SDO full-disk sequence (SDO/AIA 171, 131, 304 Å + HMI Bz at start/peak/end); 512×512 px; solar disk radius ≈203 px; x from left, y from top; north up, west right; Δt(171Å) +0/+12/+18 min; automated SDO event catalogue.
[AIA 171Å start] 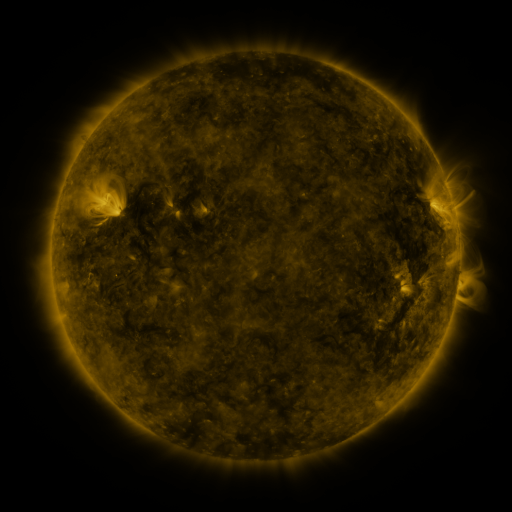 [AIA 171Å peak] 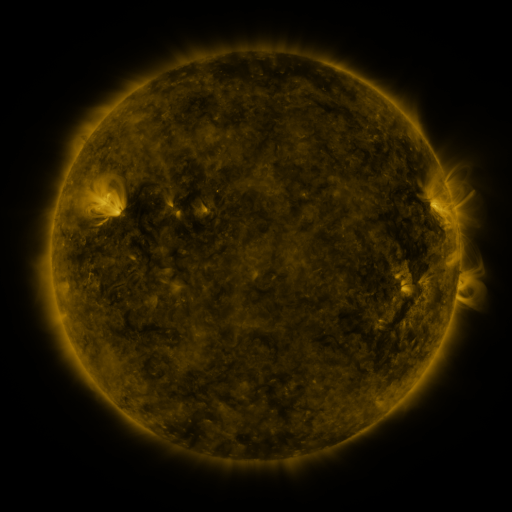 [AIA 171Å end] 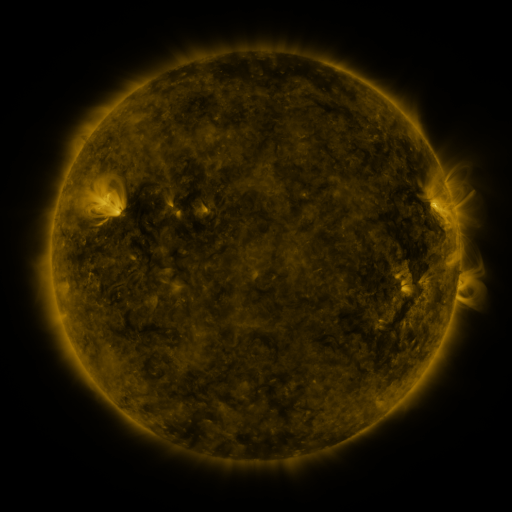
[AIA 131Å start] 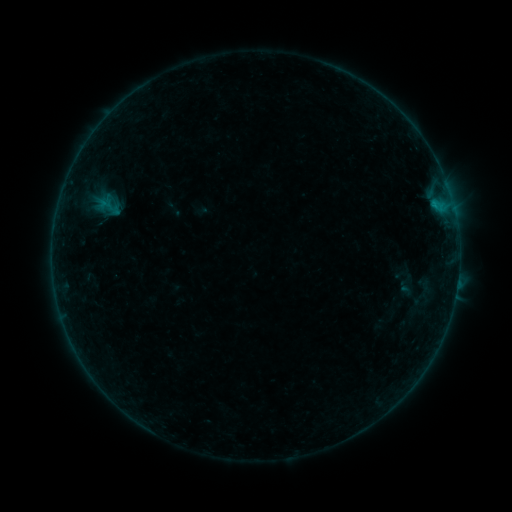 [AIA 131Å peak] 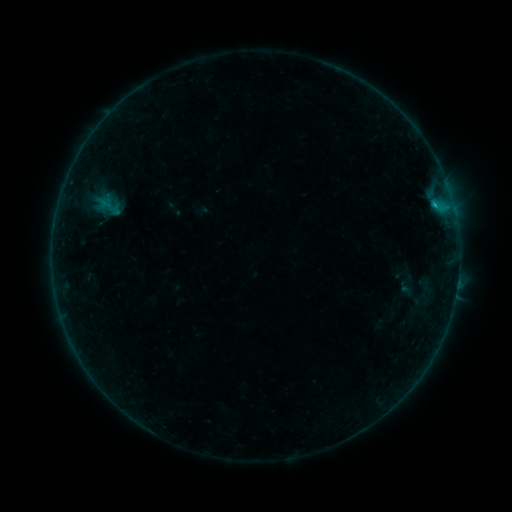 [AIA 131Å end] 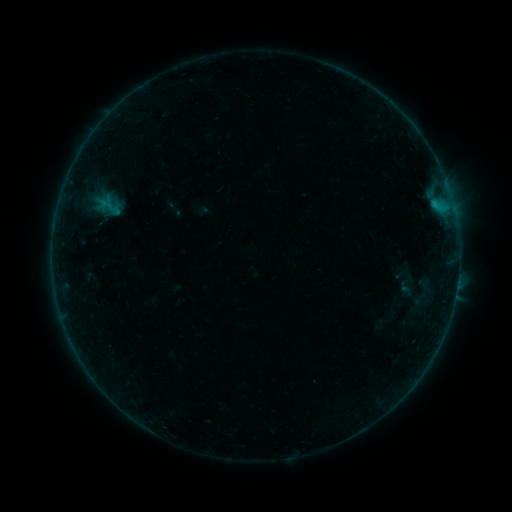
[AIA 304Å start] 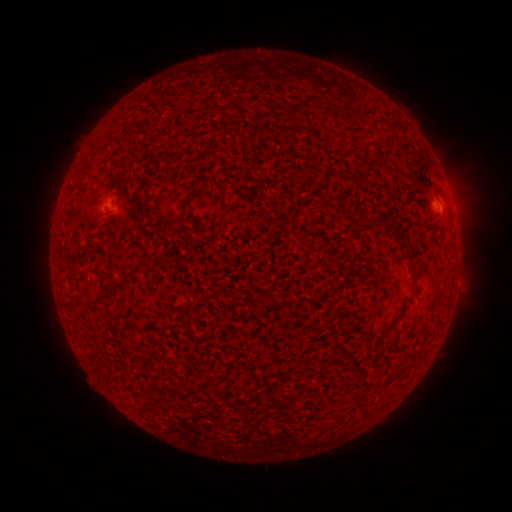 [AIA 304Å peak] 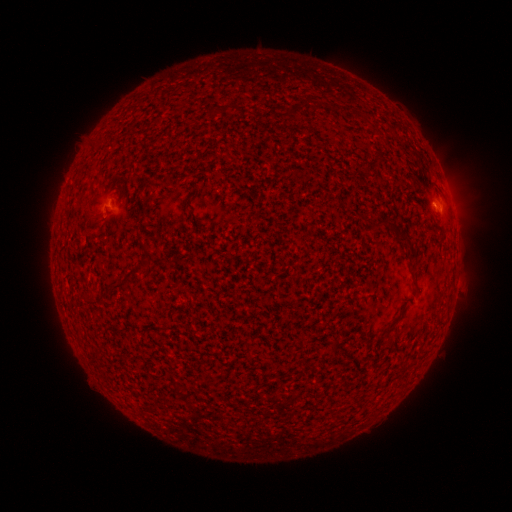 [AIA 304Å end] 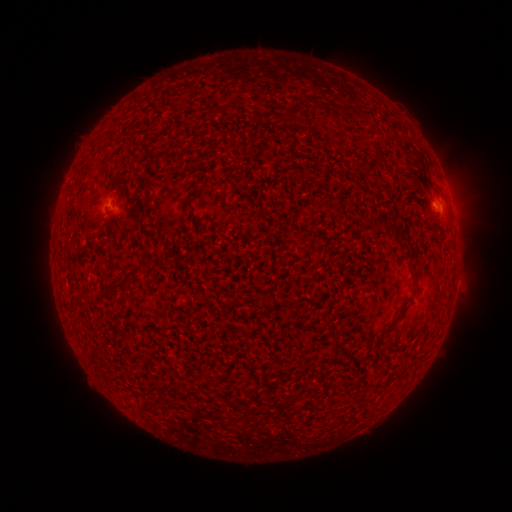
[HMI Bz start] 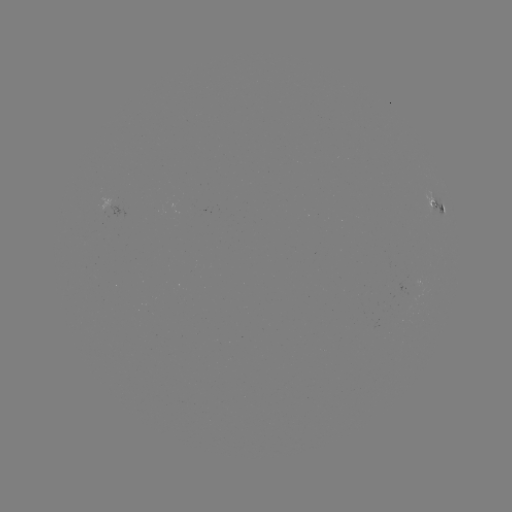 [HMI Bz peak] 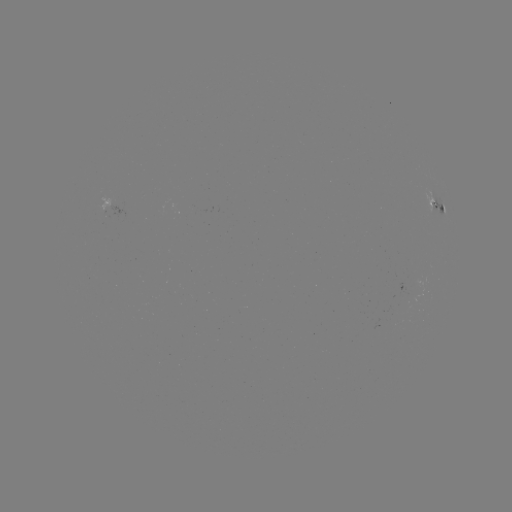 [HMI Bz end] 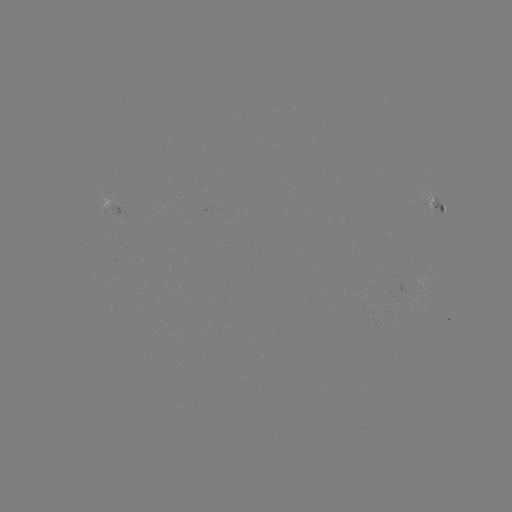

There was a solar flare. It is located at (434, 208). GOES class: B3.0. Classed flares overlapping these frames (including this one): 1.